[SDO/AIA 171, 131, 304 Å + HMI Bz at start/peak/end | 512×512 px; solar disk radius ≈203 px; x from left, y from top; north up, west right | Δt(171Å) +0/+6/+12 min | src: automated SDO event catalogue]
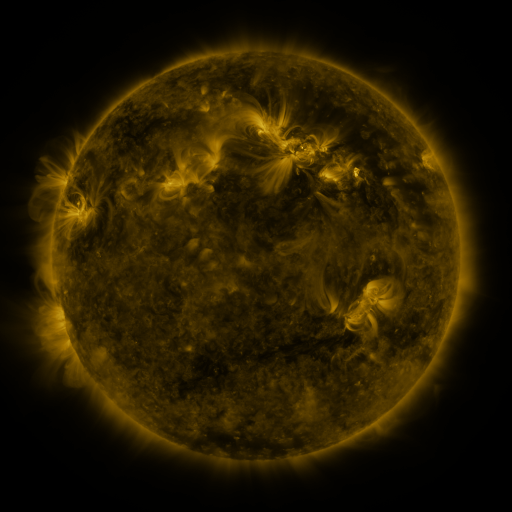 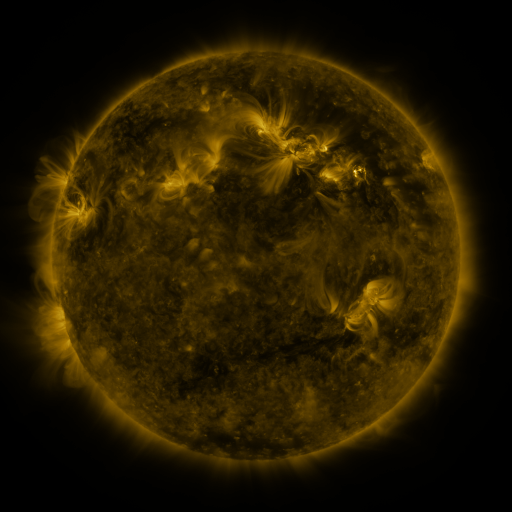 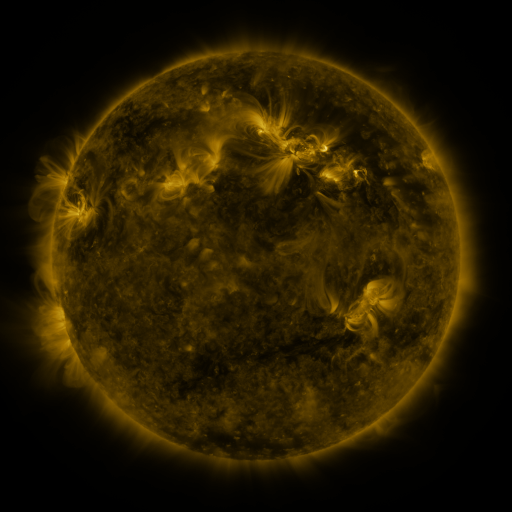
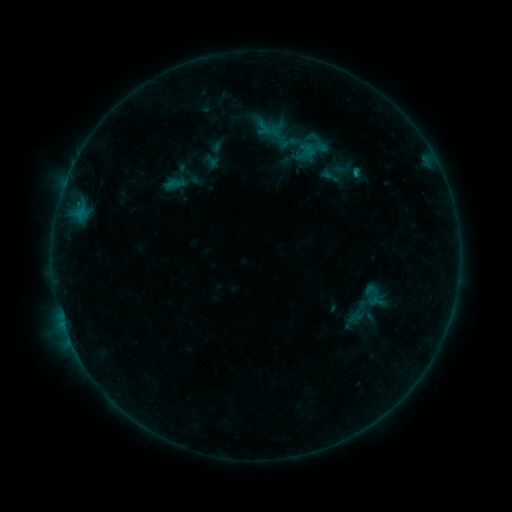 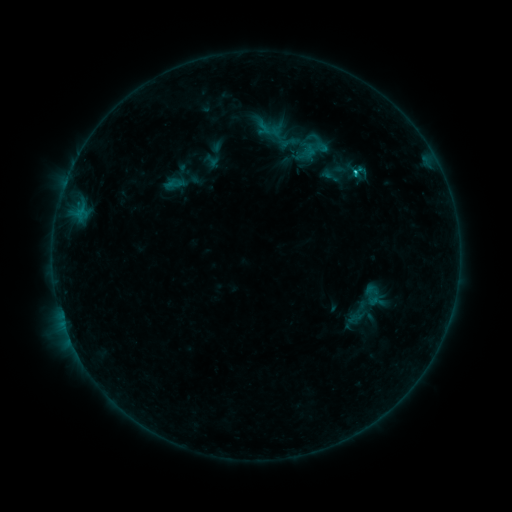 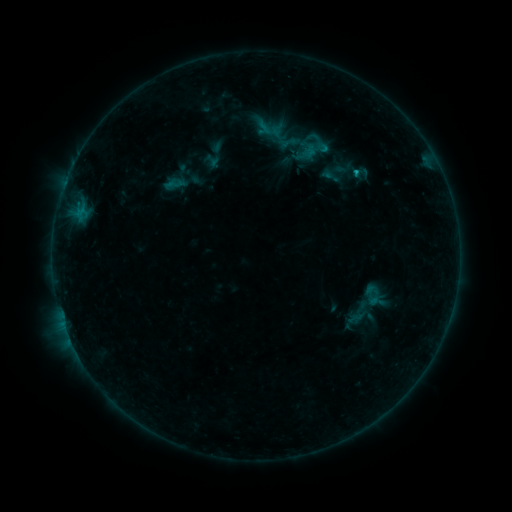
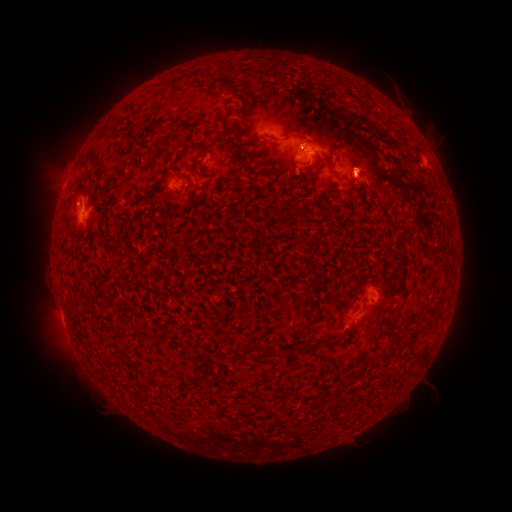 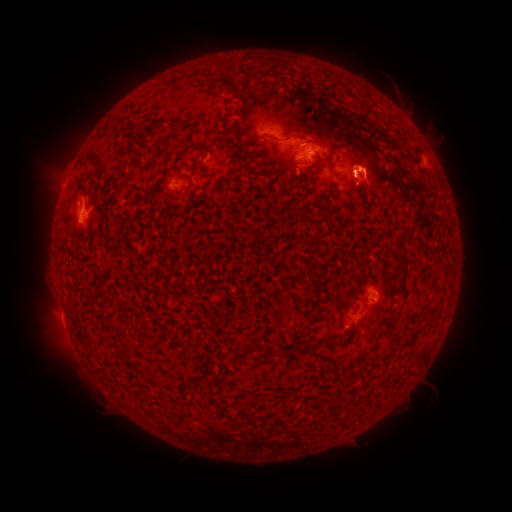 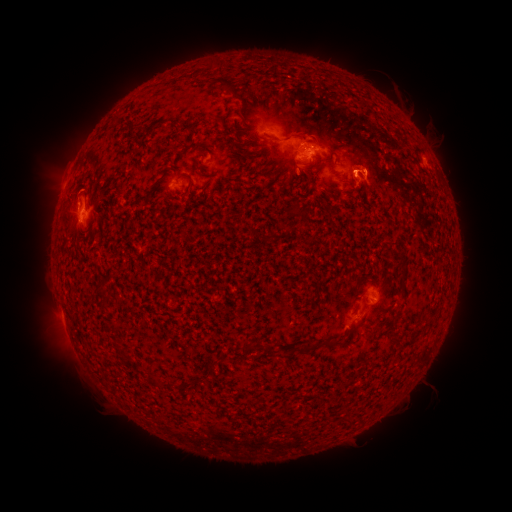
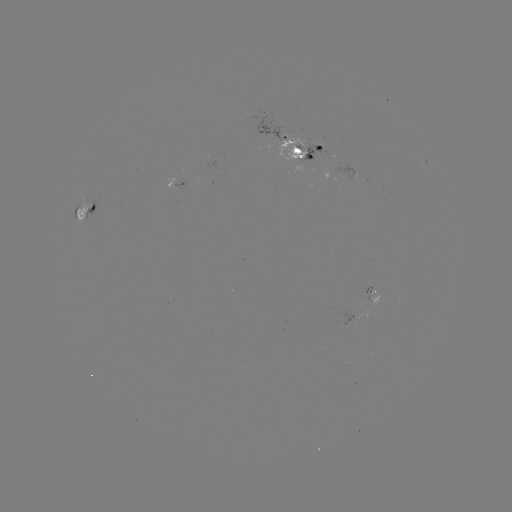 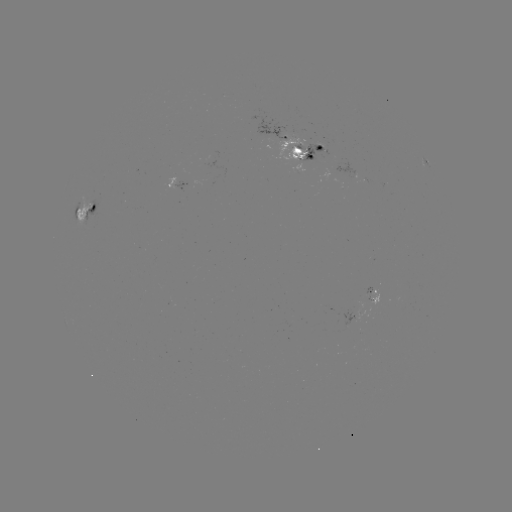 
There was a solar flare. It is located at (352, 172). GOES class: C1.0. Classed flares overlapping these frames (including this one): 1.